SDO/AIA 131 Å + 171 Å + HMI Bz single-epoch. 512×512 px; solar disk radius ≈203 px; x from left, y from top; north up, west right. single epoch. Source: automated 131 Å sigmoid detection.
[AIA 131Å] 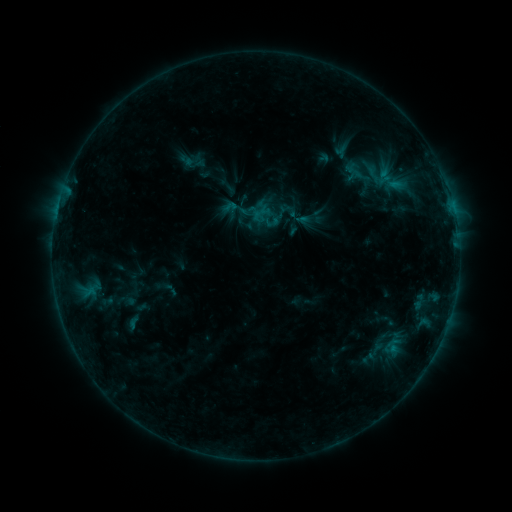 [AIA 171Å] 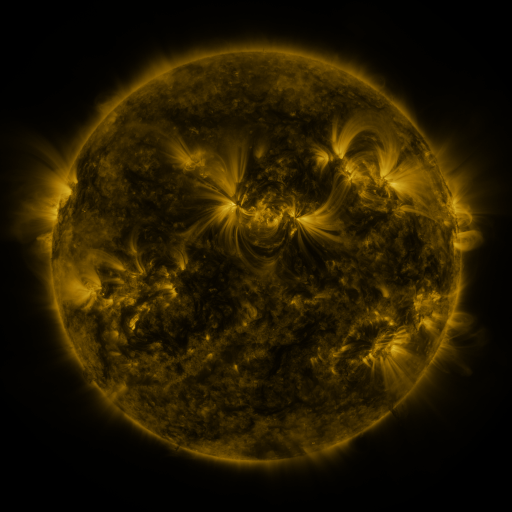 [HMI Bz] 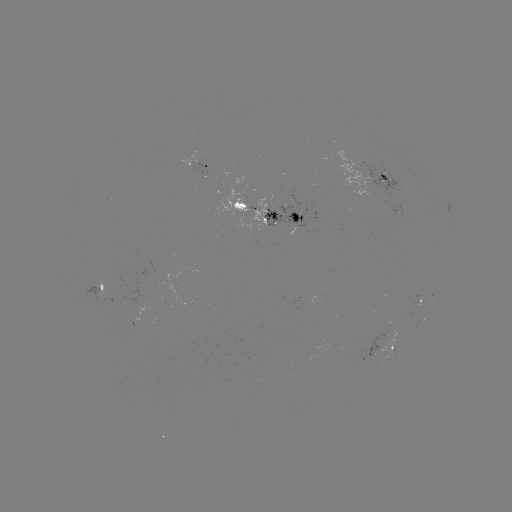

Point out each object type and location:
sigmoid: (393, 179)
sigmoid: (247, 224)
